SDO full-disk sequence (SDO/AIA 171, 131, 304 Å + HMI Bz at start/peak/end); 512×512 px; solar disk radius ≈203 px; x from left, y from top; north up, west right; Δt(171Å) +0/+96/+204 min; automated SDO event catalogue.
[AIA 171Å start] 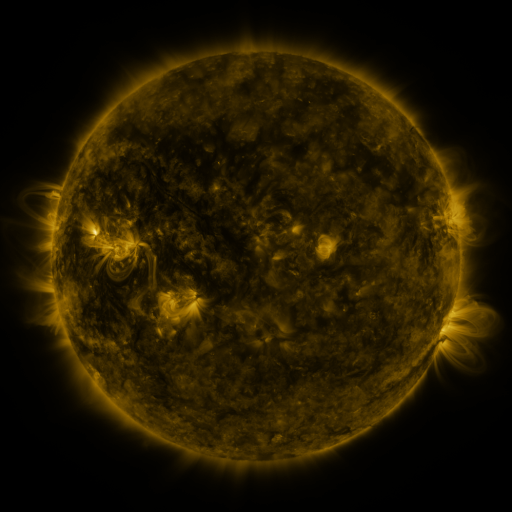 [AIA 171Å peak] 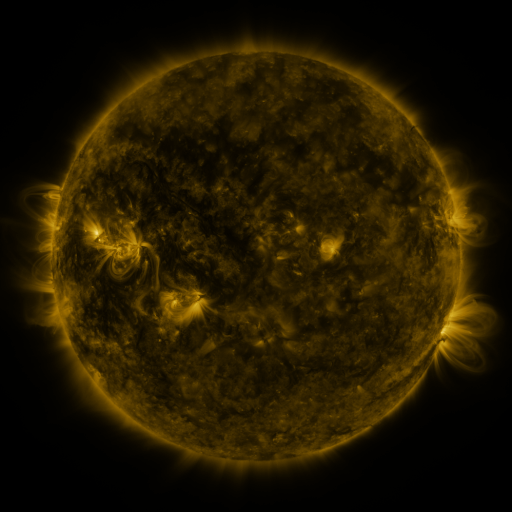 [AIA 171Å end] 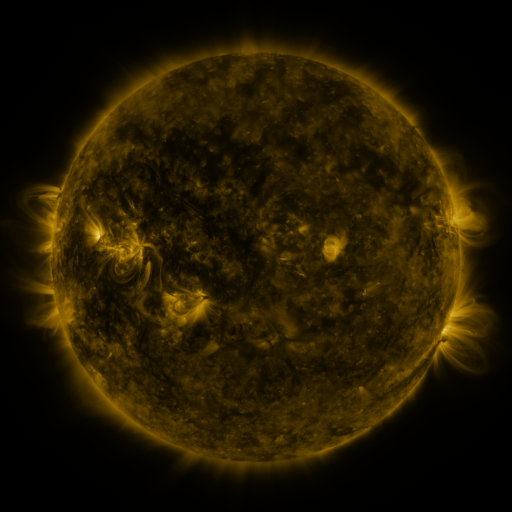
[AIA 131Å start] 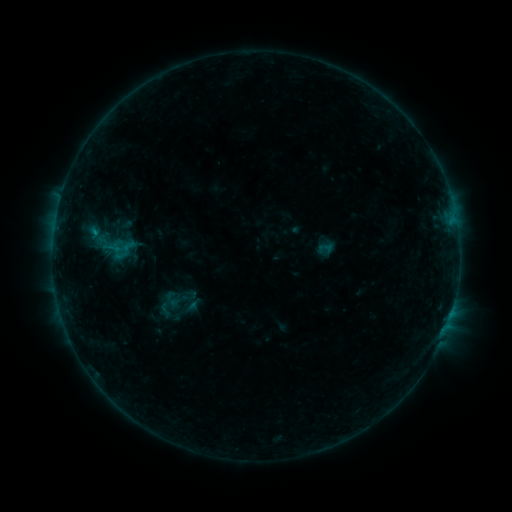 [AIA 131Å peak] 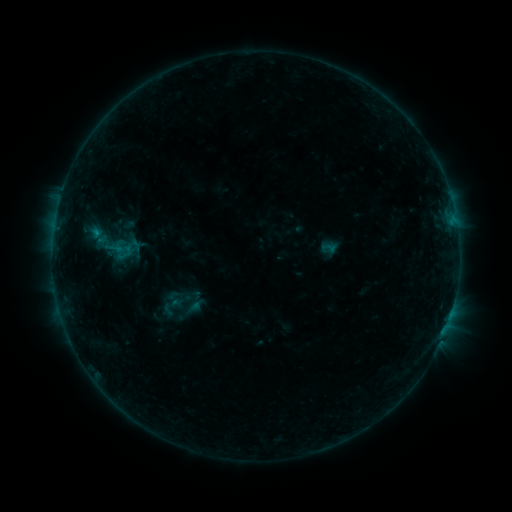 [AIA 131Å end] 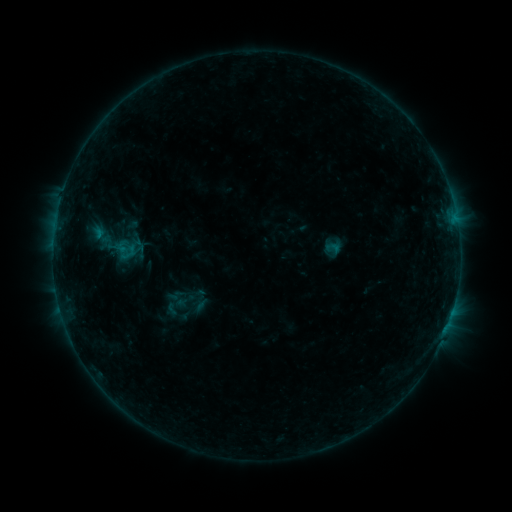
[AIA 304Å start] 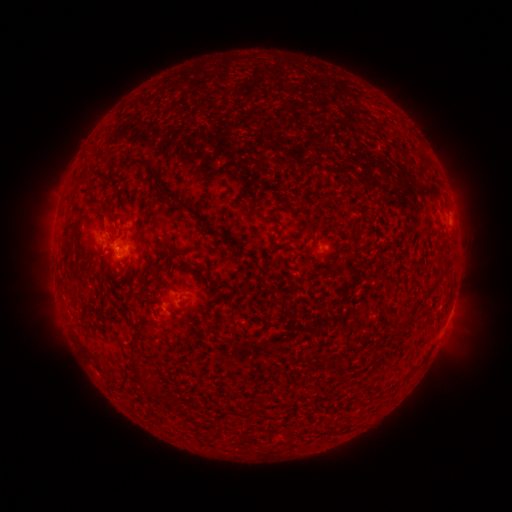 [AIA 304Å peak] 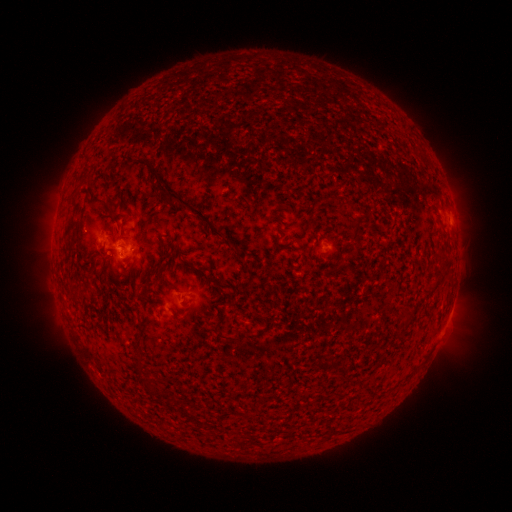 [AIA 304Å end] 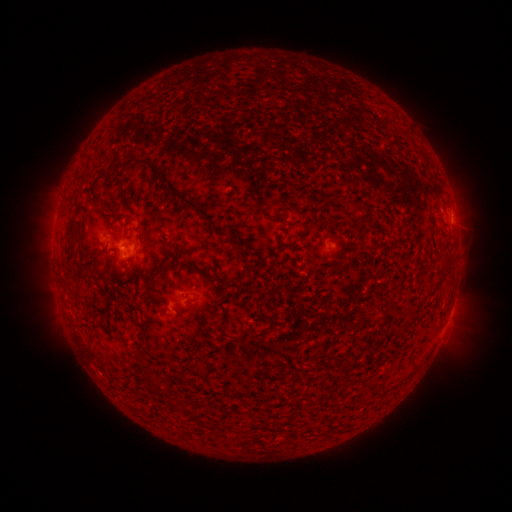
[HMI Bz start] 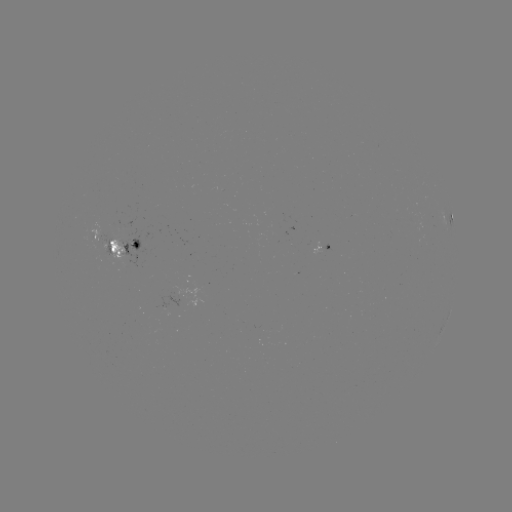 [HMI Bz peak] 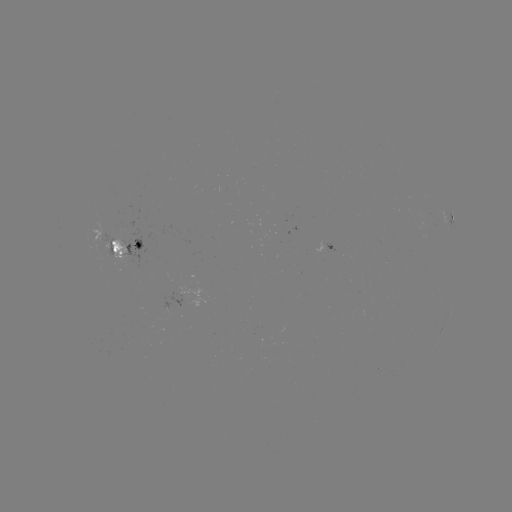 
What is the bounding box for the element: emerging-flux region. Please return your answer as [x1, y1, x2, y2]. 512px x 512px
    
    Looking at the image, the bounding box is [314, 242, 328, 255].